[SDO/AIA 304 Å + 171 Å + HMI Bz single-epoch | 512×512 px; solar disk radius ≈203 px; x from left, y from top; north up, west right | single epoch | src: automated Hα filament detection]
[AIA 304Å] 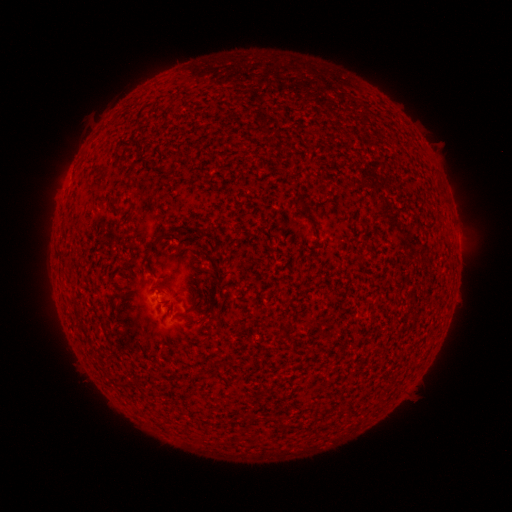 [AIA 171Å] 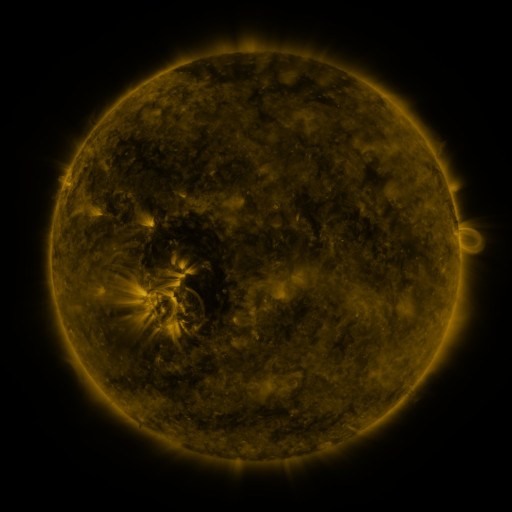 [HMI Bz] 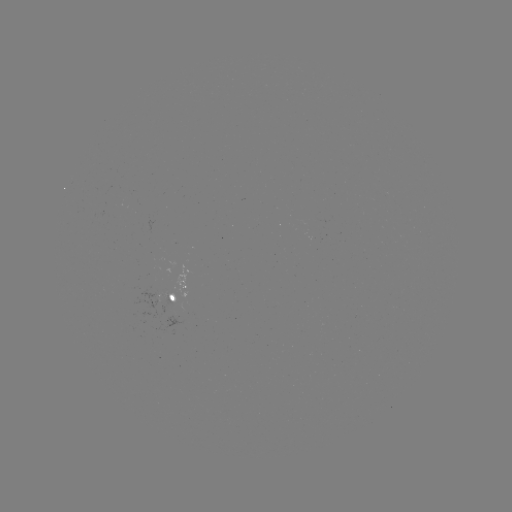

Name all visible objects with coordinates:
filament: [146, 239, 156, 254]
filament: [175, 297, 197, 318]
